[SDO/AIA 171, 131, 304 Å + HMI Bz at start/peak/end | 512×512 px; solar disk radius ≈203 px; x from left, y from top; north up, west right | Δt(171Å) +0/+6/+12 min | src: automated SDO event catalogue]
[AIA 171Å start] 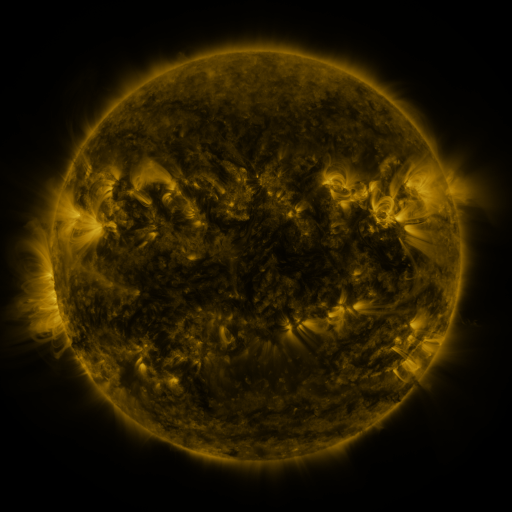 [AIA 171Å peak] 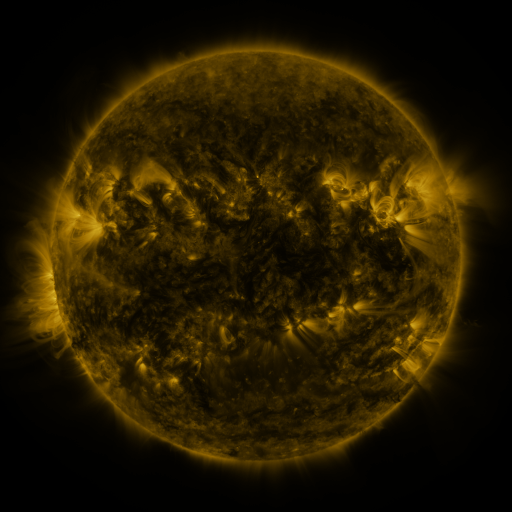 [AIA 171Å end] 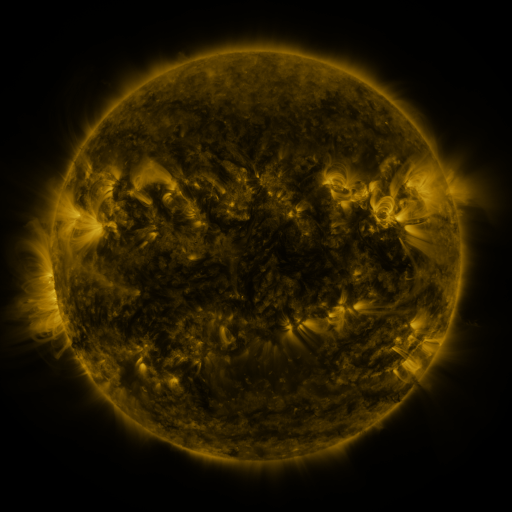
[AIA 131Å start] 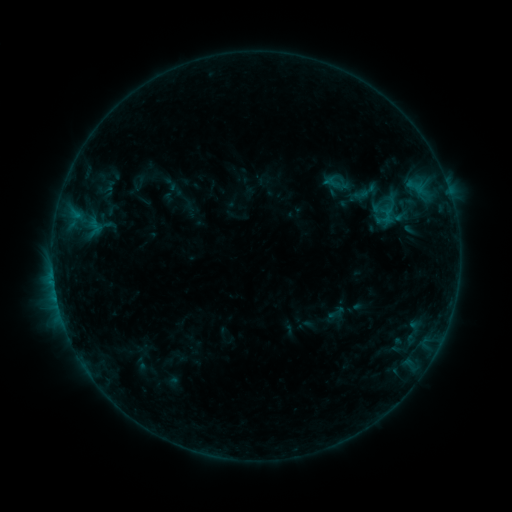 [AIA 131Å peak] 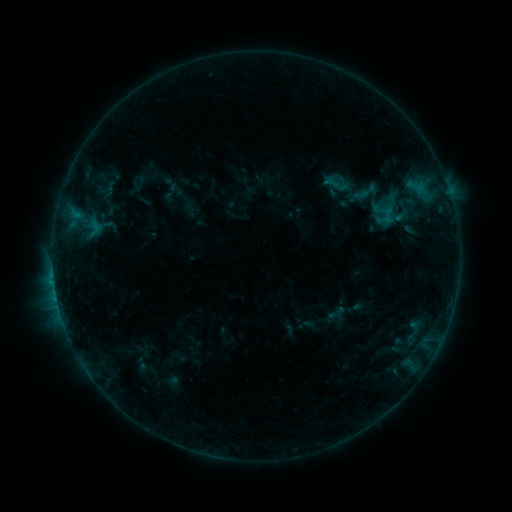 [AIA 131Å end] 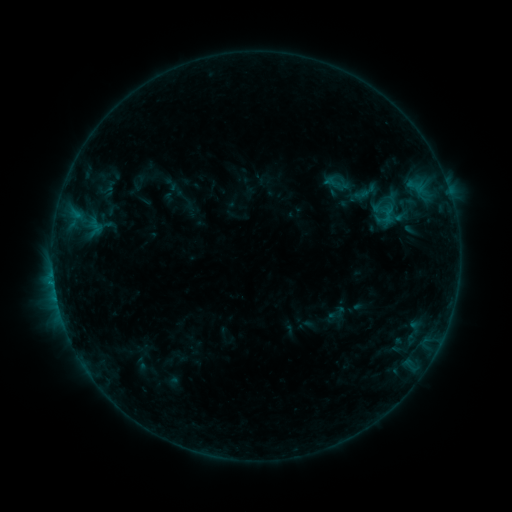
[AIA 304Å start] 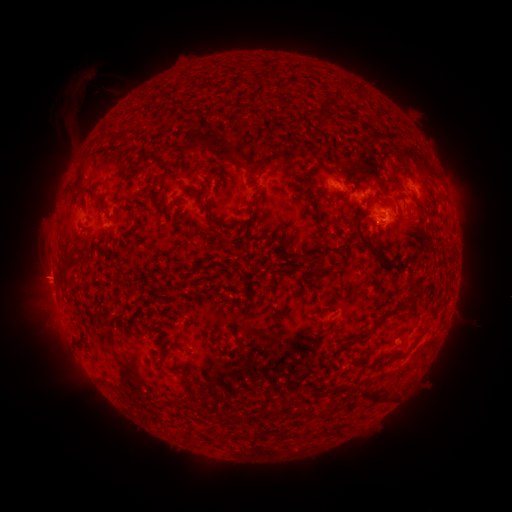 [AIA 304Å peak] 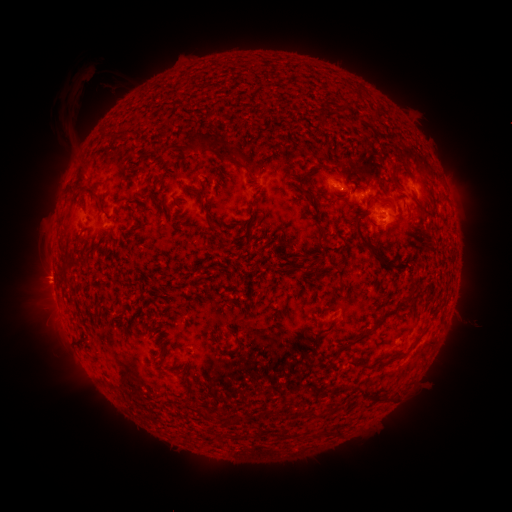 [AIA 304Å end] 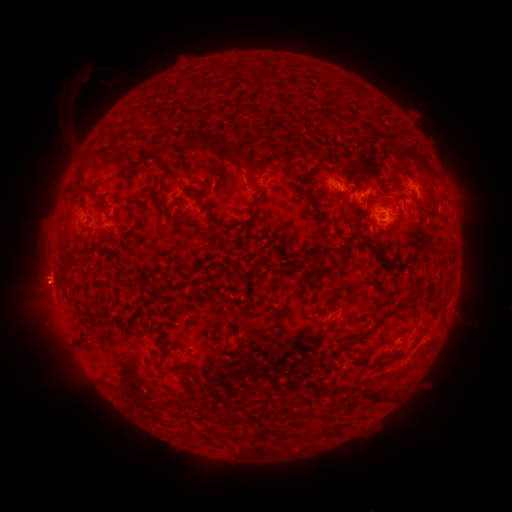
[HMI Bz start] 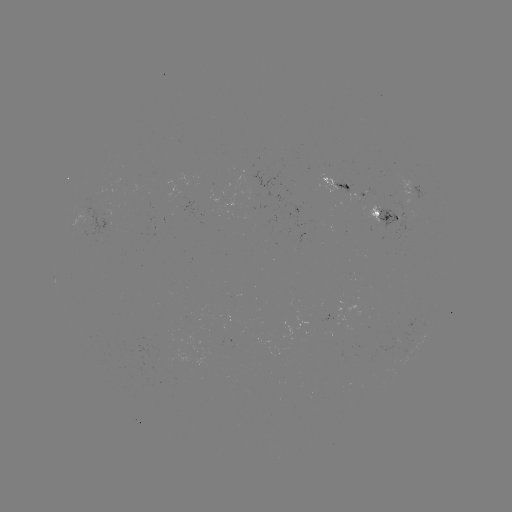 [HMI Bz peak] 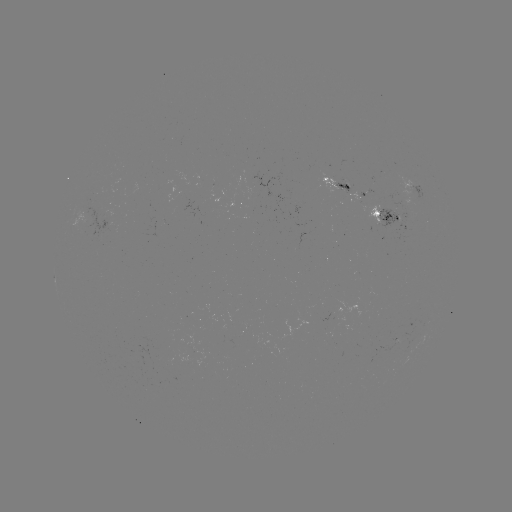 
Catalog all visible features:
B7.3 flare: (54, 280)
